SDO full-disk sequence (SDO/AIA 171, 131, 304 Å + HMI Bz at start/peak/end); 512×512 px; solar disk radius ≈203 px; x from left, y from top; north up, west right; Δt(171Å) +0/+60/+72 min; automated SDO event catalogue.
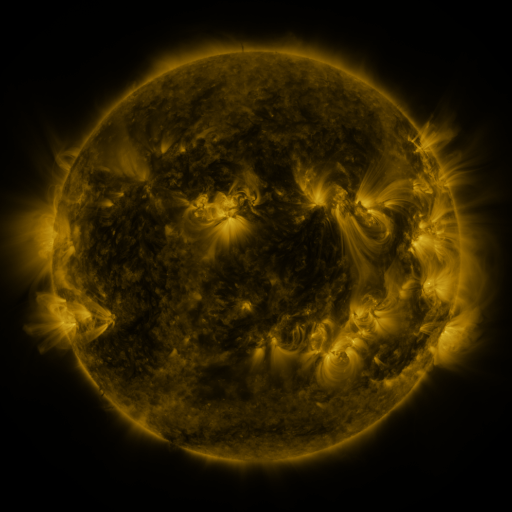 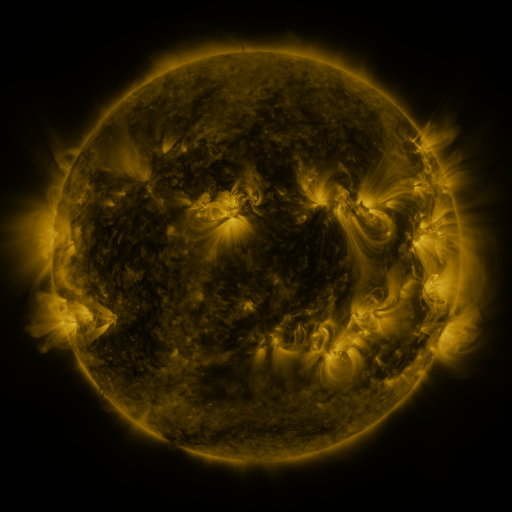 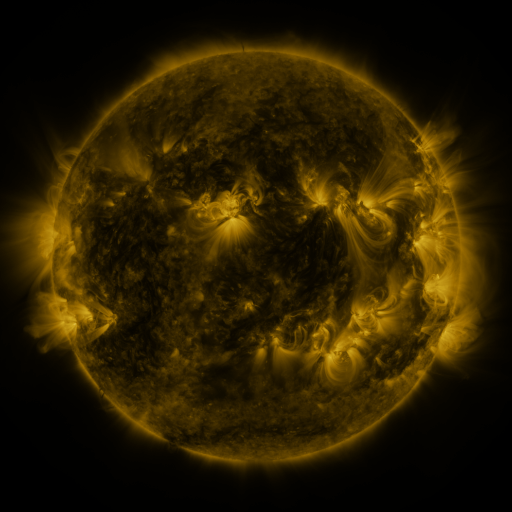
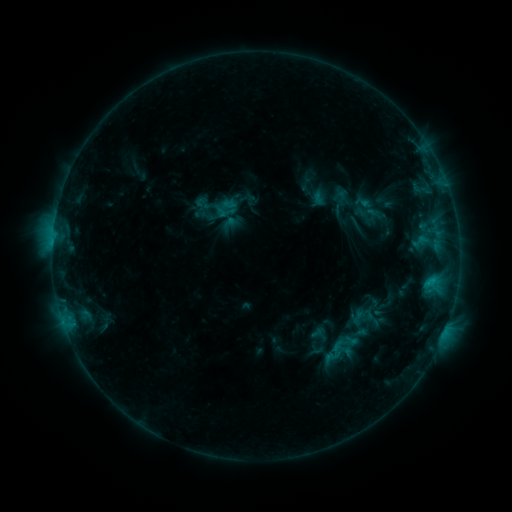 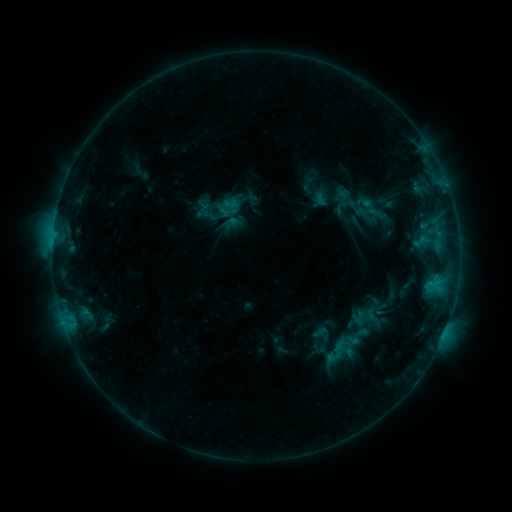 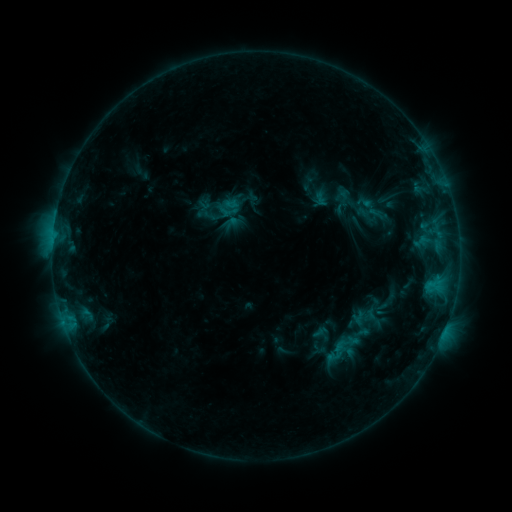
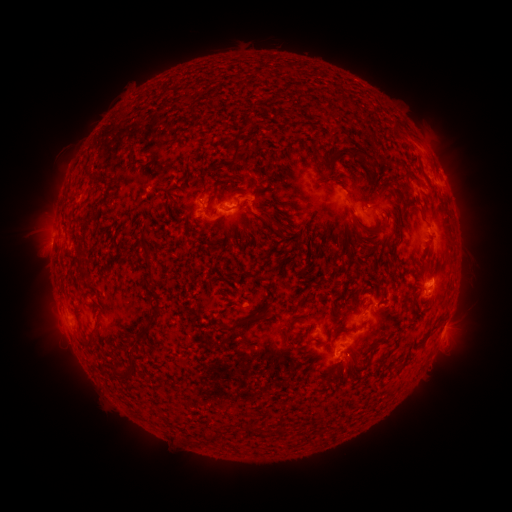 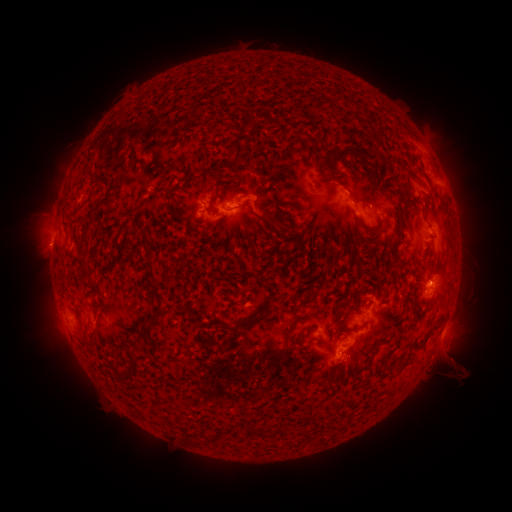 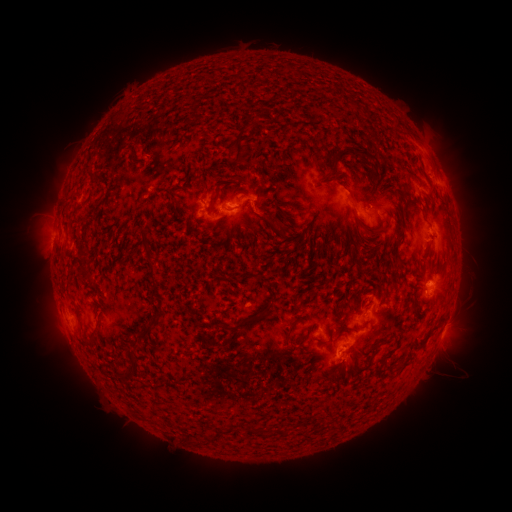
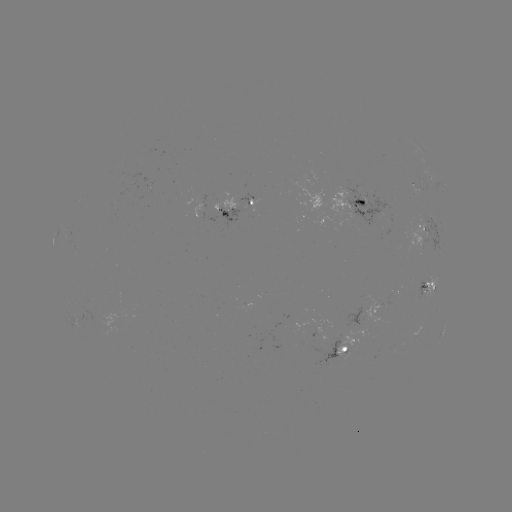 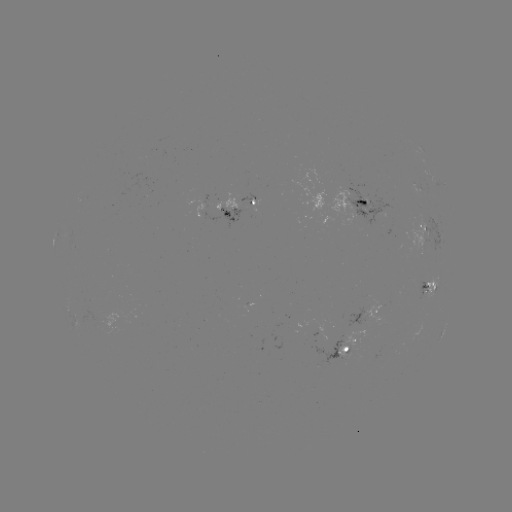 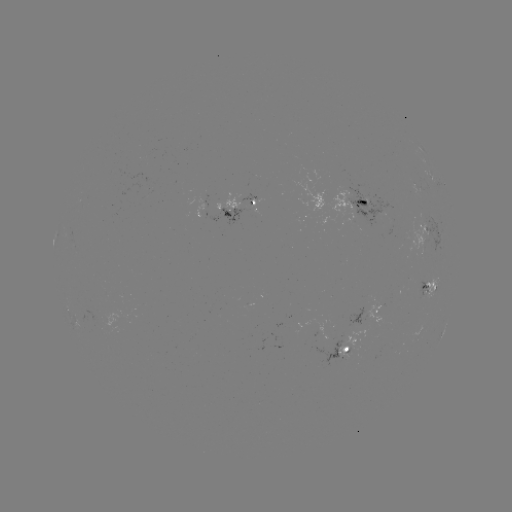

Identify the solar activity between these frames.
emerging-flux region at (424, 290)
